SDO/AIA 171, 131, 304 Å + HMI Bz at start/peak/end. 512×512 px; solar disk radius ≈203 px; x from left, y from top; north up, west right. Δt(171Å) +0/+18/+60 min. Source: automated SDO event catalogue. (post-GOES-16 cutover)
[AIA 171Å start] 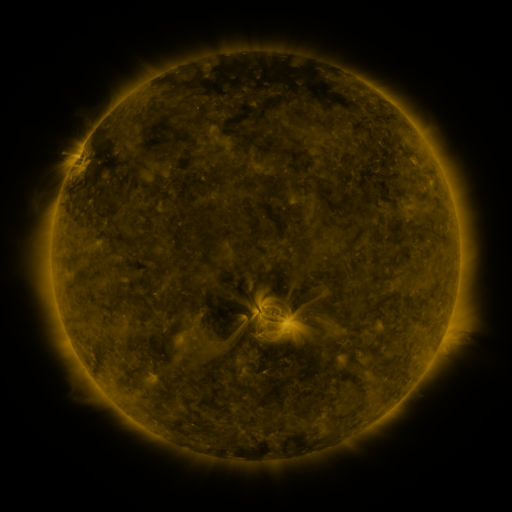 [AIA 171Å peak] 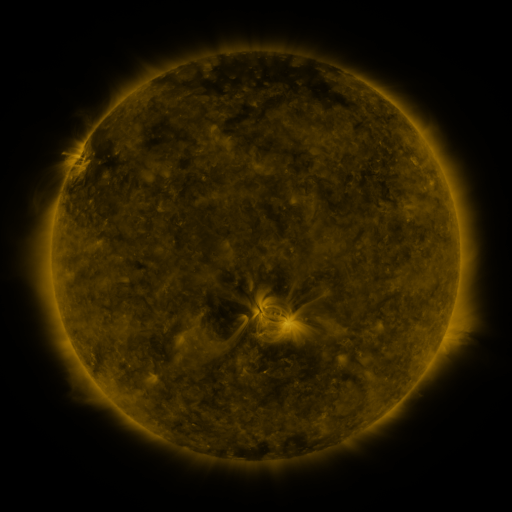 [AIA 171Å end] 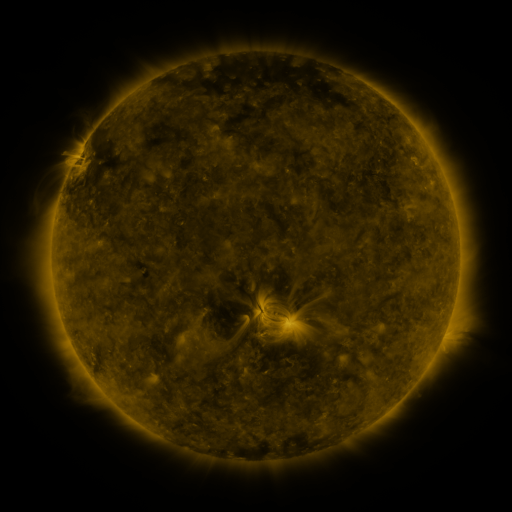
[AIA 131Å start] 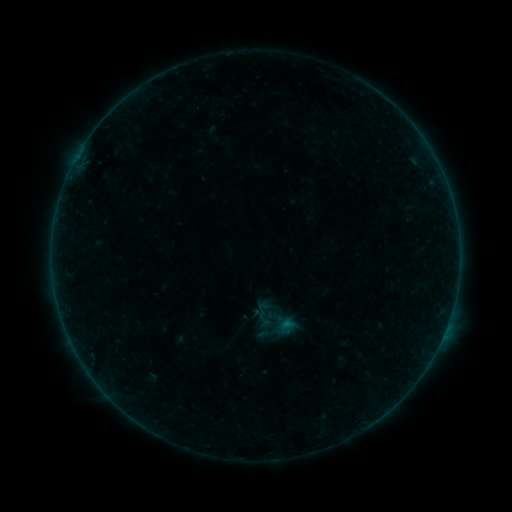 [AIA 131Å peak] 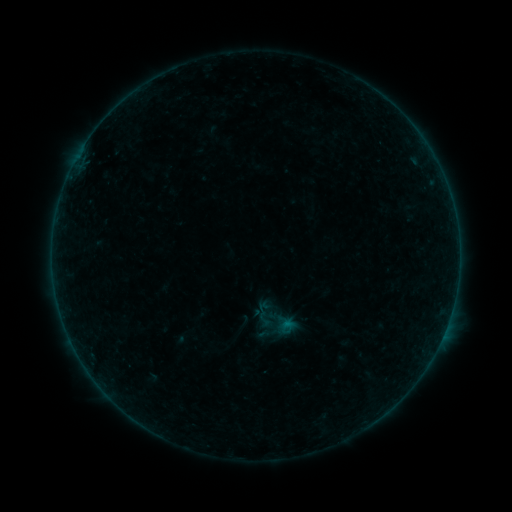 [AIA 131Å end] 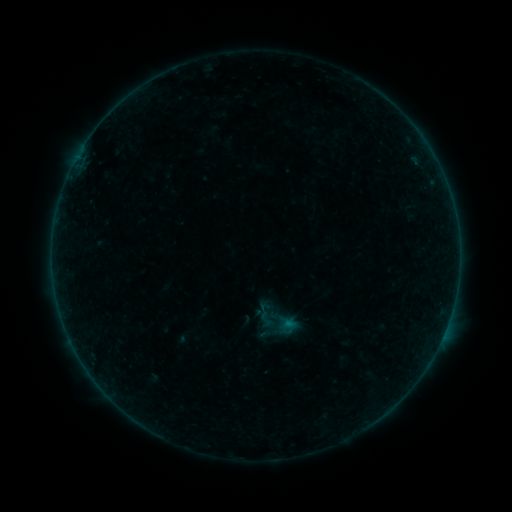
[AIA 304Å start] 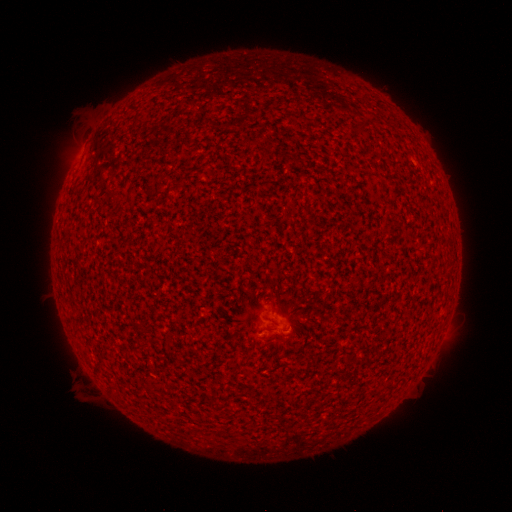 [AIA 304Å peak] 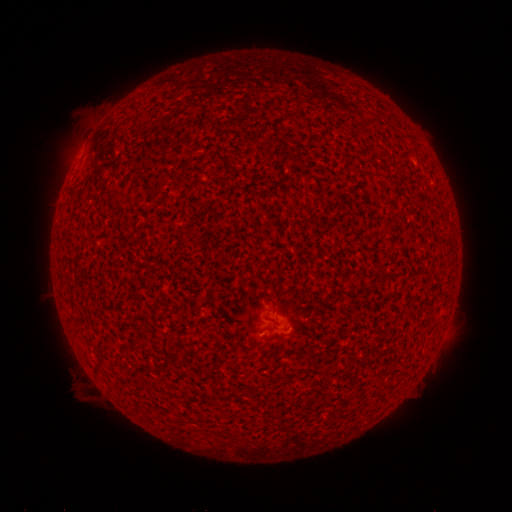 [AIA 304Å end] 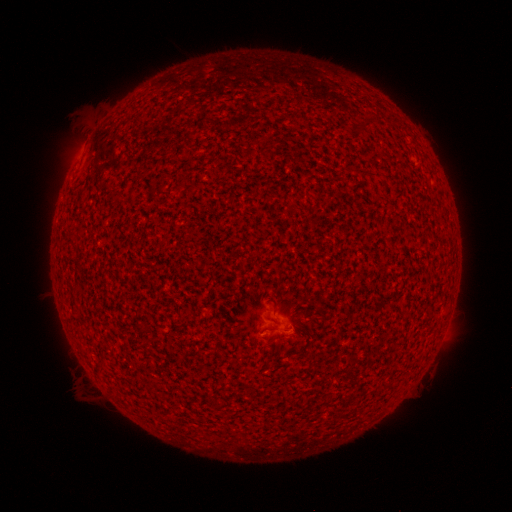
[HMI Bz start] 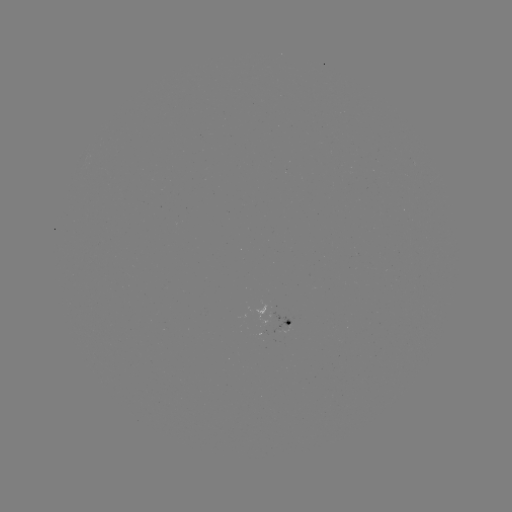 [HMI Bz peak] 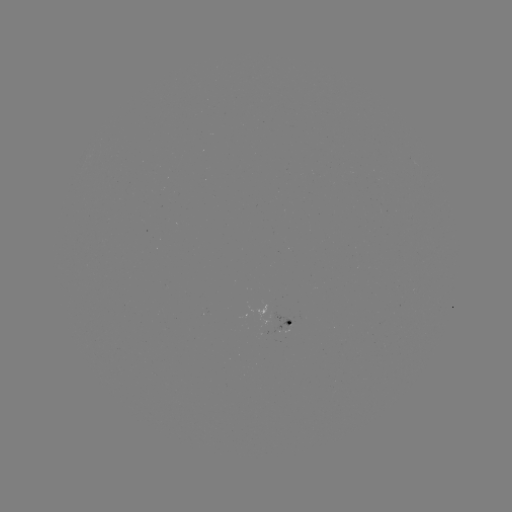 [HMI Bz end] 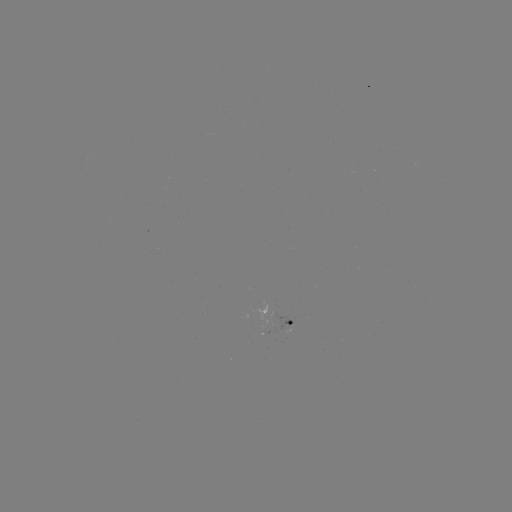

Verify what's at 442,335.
A6.1 flare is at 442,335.